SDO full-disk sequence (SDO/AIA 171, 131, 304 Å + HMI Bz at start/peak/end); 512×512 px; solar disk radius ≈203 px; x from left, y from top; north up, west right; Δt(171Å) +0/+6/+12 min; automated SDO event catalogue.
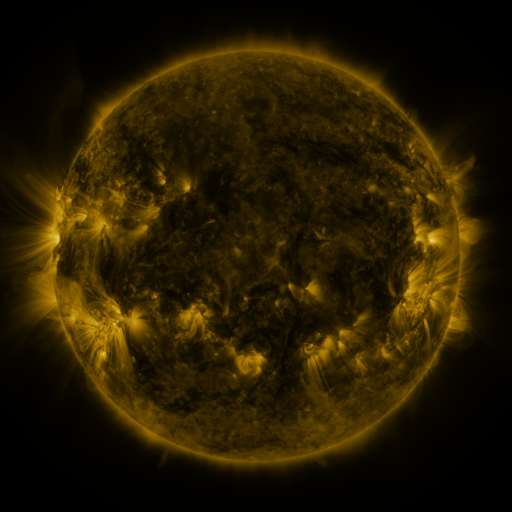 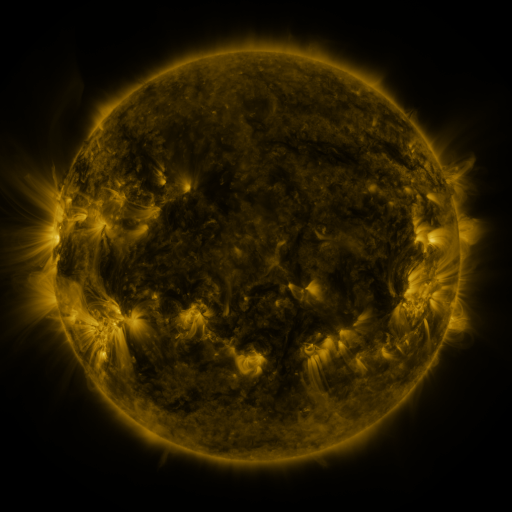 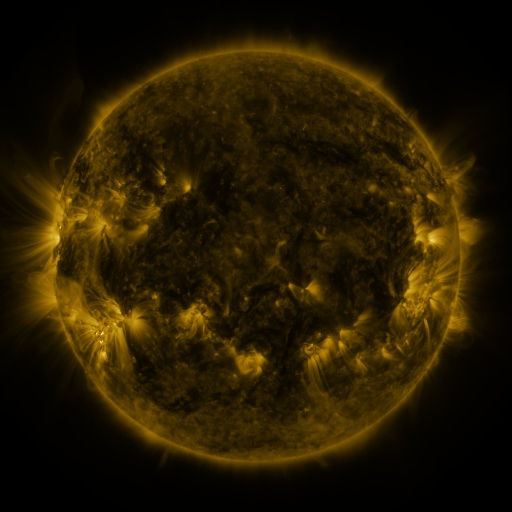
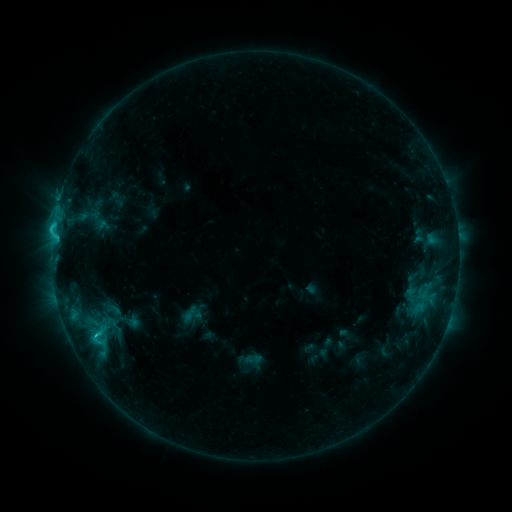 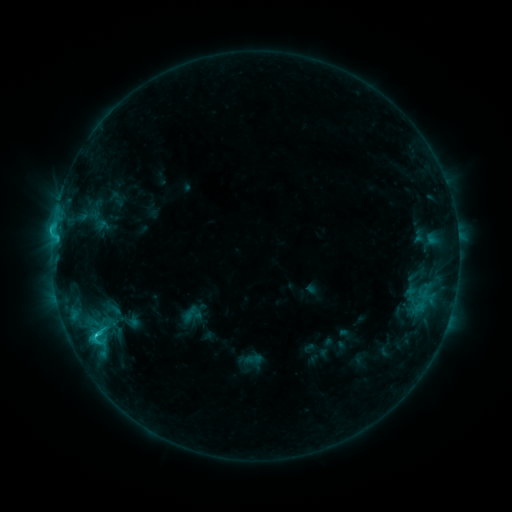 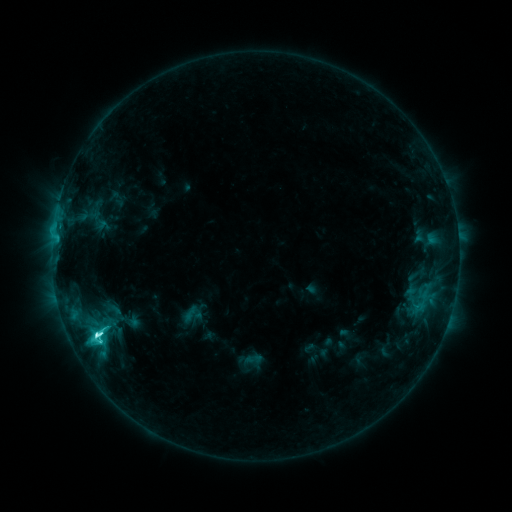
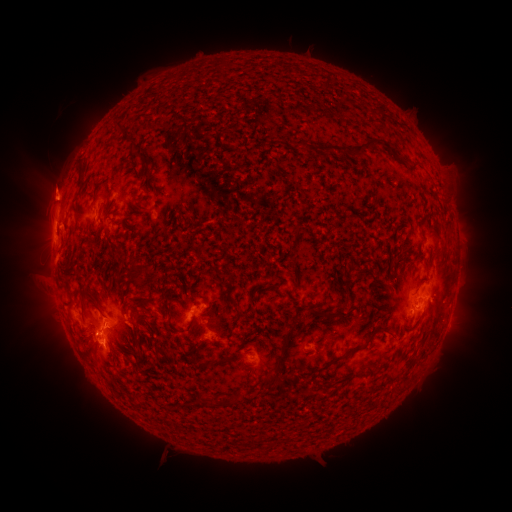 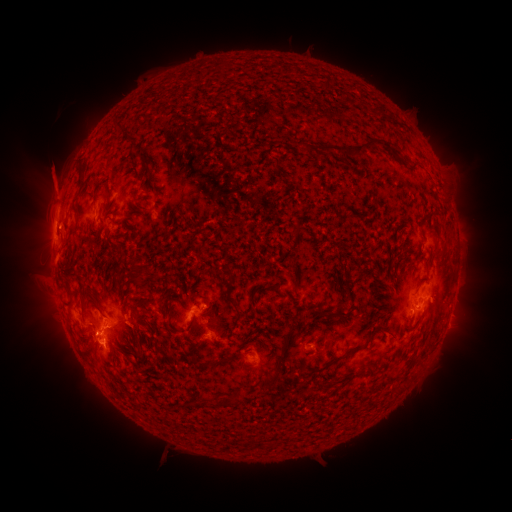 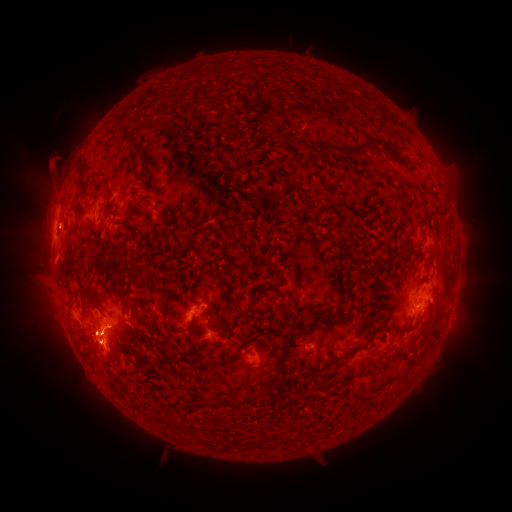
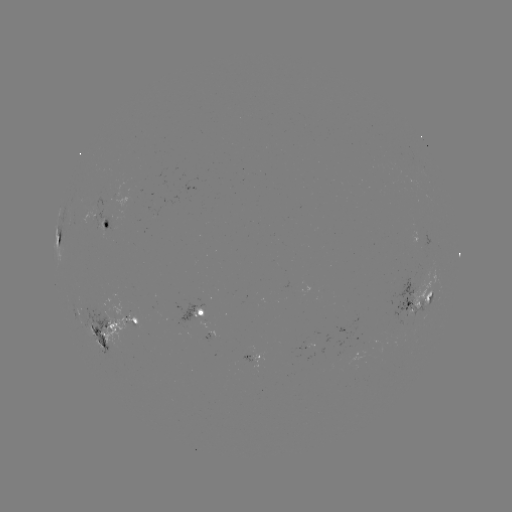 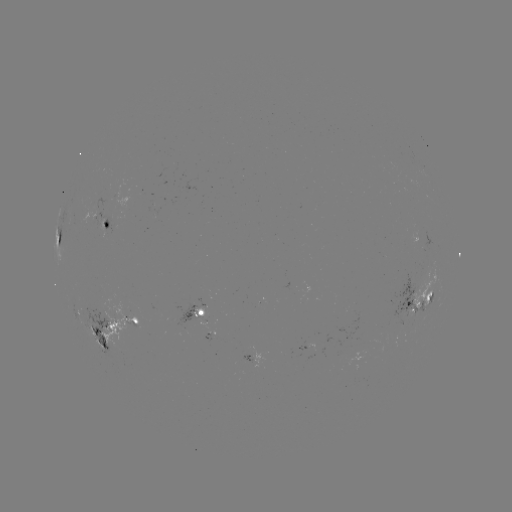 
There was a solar eruption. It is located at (52, 181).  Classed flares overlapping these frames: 1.